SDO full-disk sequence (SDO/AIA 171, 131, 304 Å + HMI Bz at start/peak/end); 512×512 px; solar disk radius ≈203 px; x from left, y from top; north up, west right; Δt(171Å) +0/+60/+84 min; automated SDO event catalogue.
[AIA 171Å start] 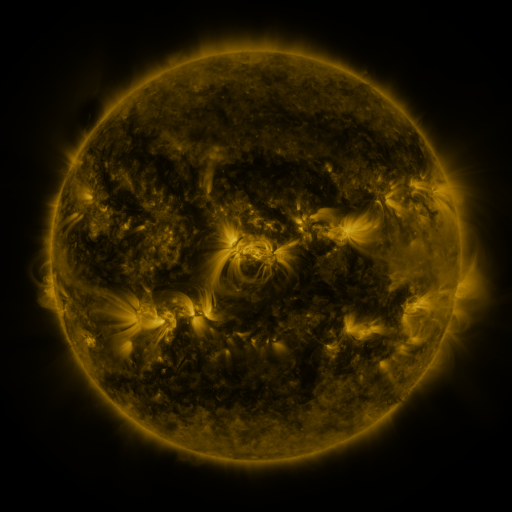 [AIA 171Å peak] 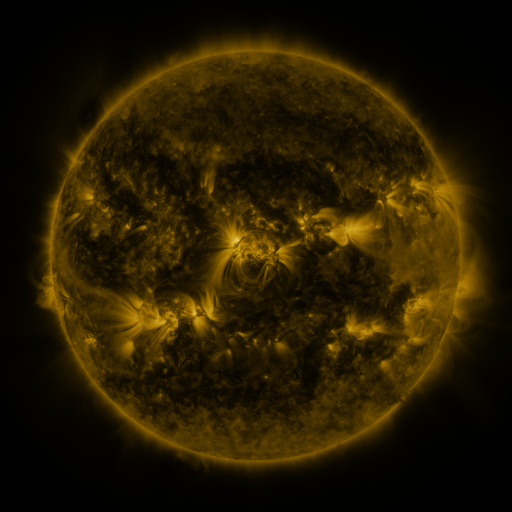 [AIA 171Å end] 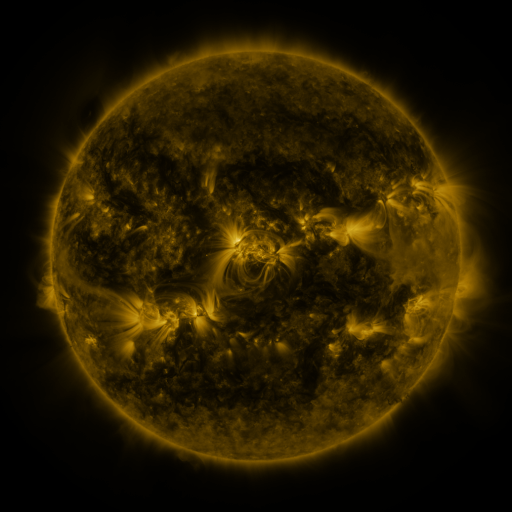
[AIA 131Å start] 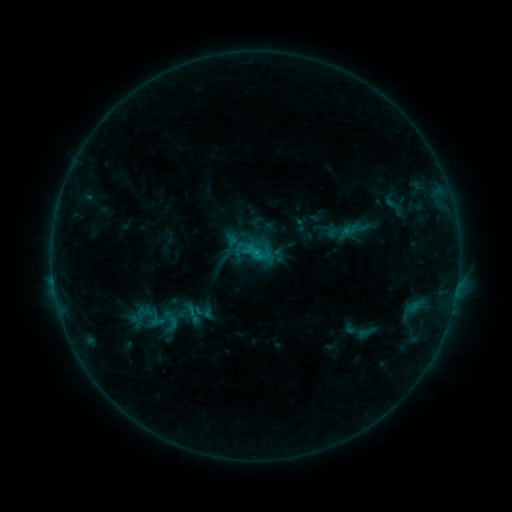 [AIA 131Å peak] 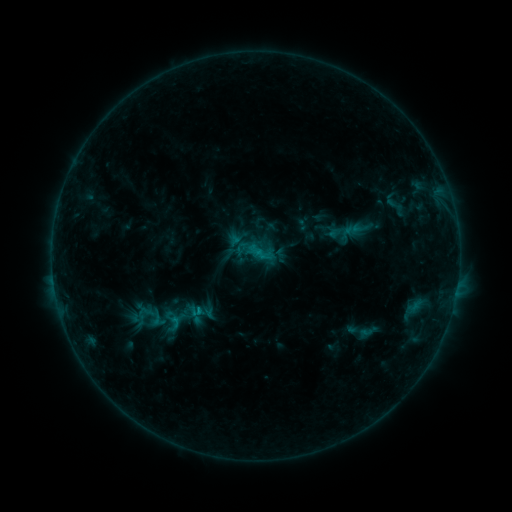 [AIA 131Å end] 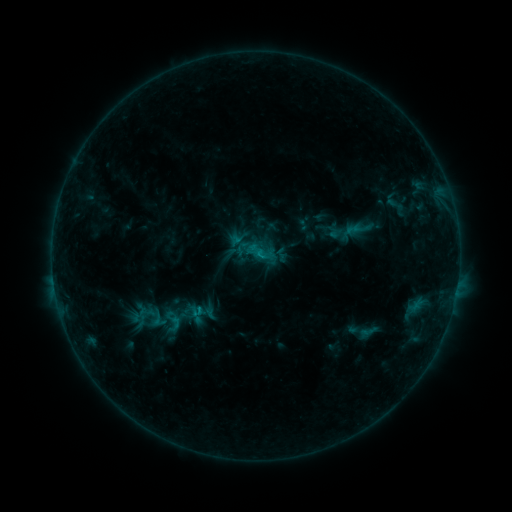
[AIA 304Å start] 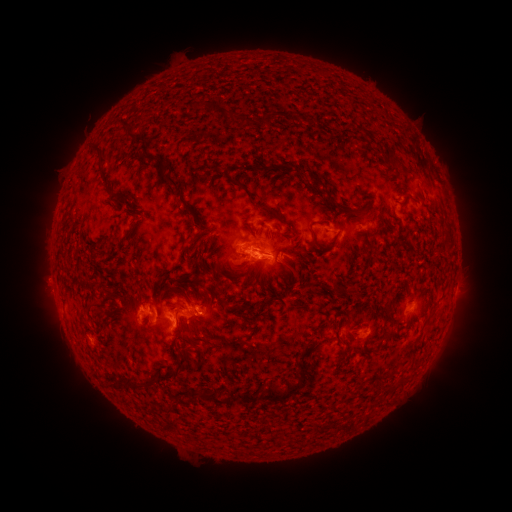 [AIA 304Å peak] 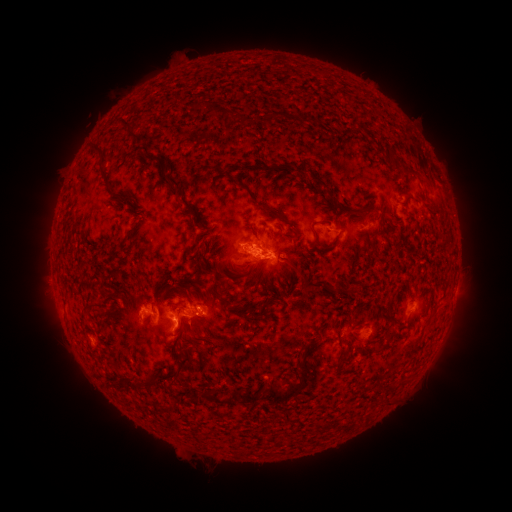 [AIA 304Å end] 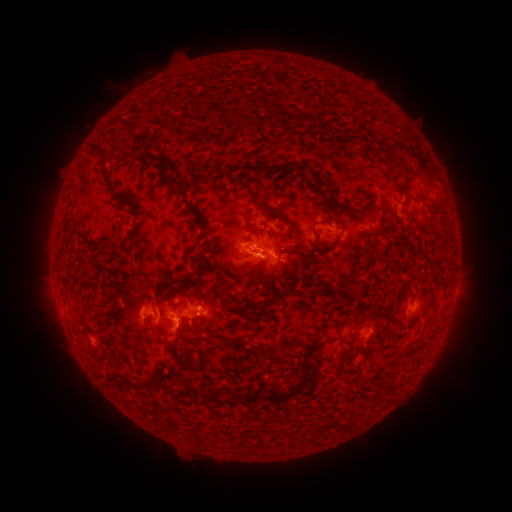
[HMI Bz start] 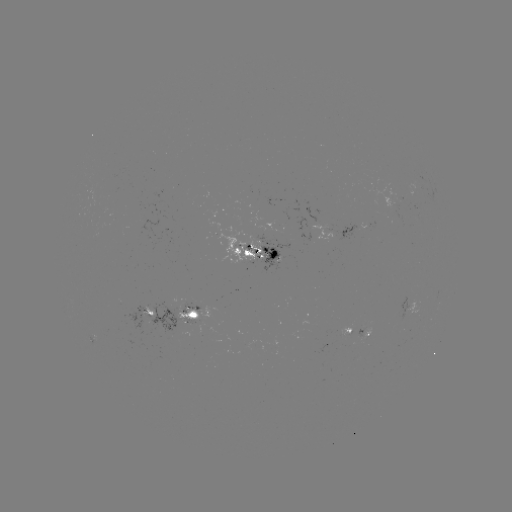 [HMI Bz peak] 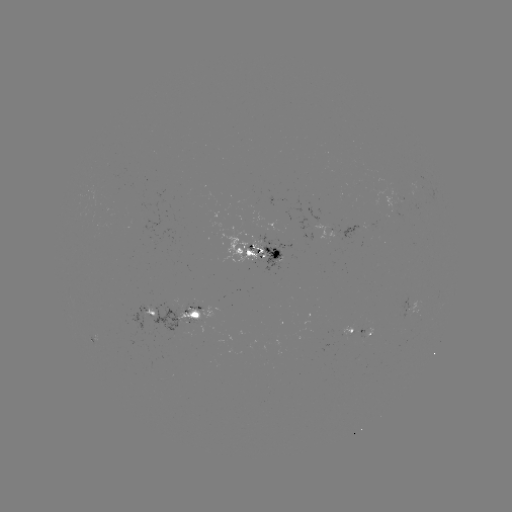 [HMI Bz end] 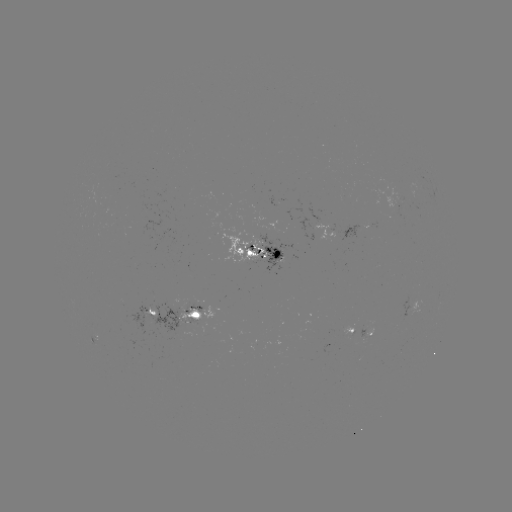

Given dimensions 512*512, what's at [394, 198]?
emerging-flux region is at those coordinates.